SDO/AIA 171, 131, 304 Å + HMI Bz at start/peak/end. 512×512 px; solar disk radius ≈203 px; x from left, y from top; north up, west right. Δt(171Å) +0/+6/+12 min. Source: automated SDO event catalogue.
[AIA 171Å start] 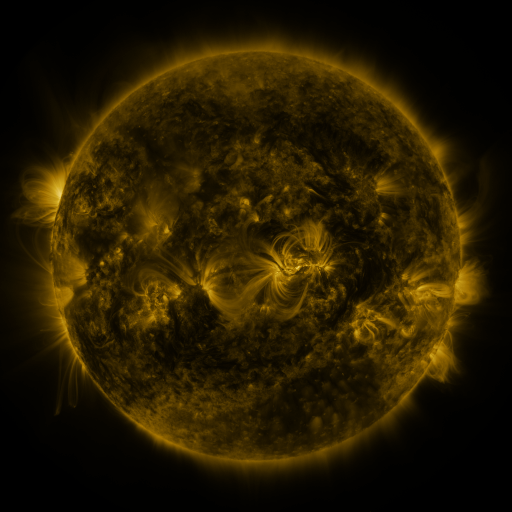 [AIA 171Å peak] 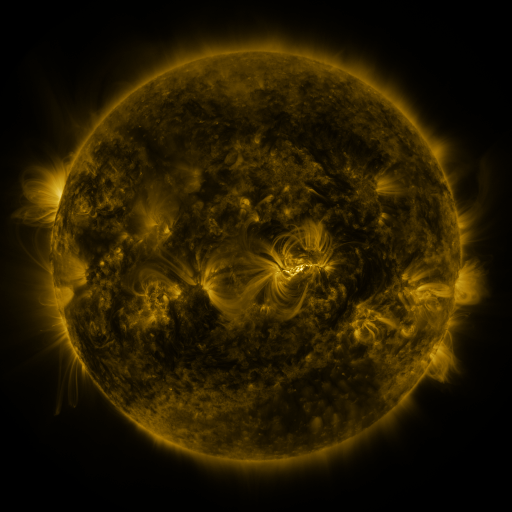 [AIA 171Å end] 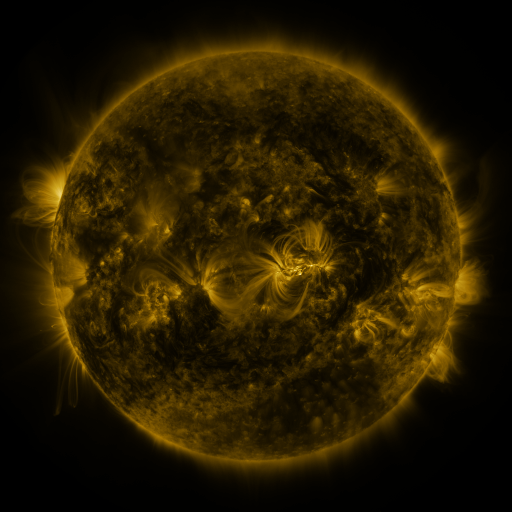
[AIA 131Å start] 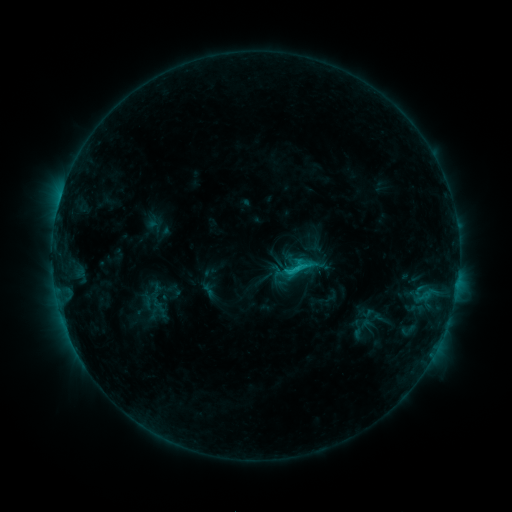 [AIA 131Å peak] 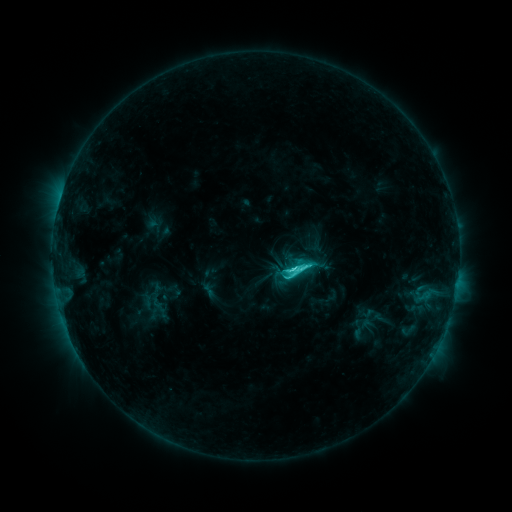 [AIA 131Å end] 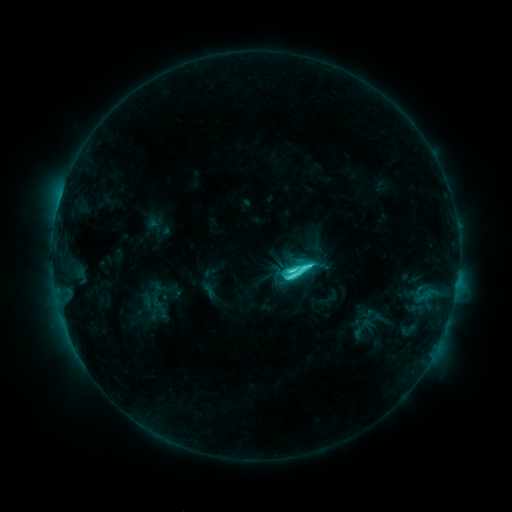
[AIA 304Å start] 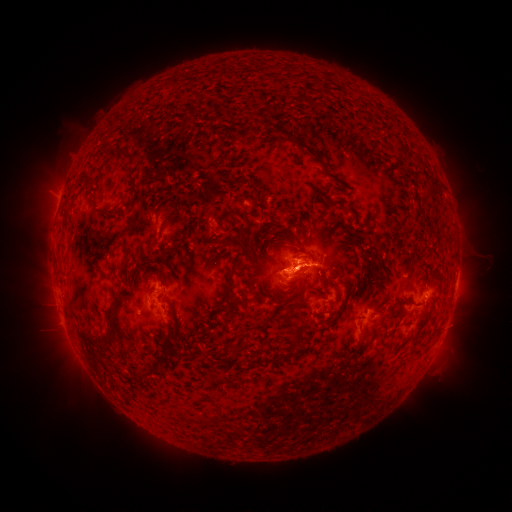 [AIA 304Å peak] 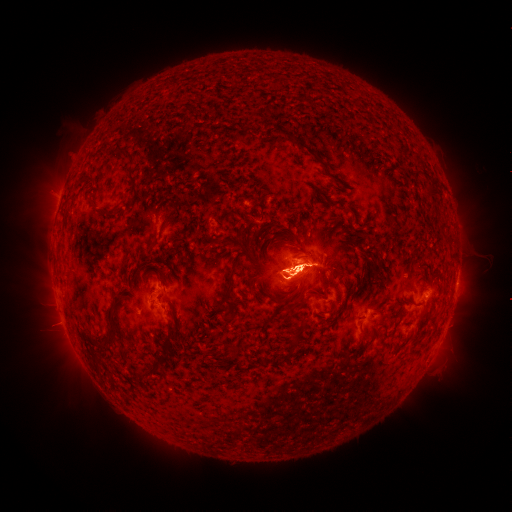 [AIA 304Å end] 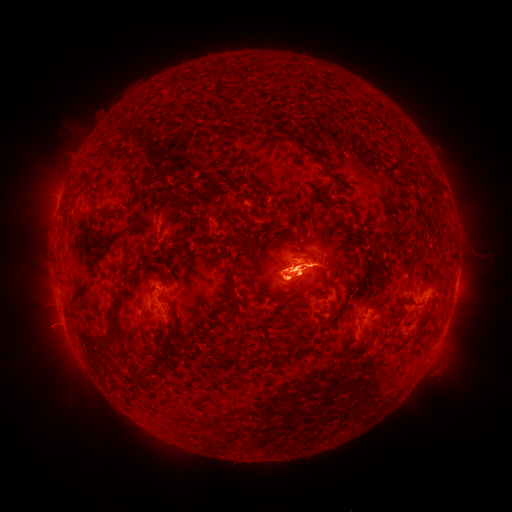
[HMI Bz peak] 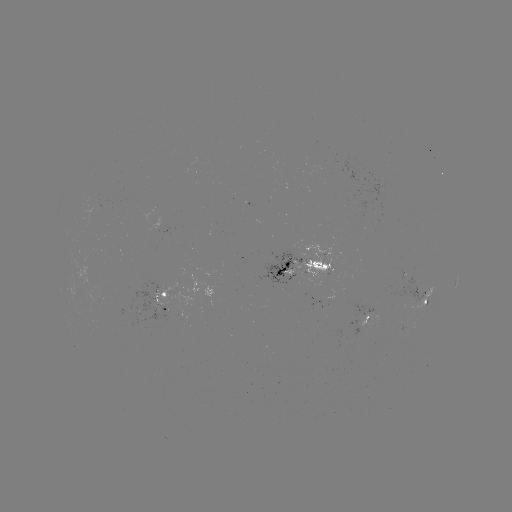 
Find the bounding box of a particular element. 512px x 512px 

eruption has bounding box [29, 304, 81, 352].